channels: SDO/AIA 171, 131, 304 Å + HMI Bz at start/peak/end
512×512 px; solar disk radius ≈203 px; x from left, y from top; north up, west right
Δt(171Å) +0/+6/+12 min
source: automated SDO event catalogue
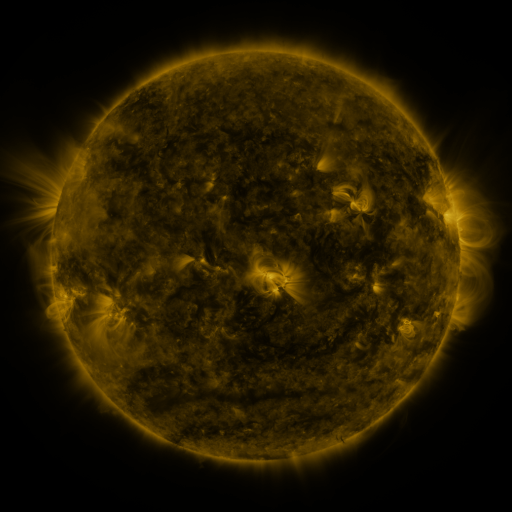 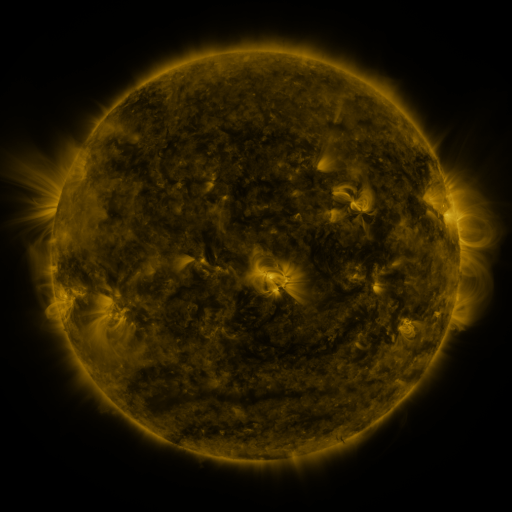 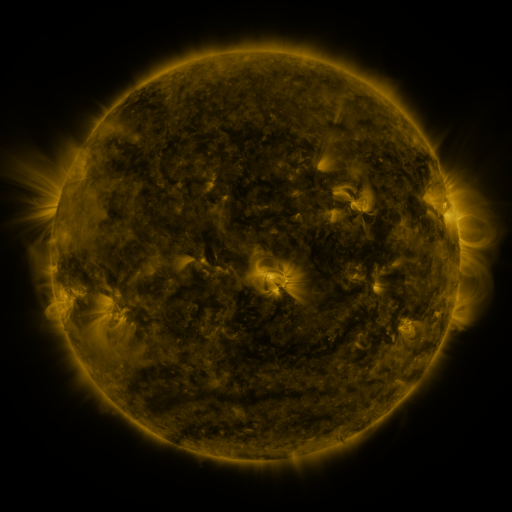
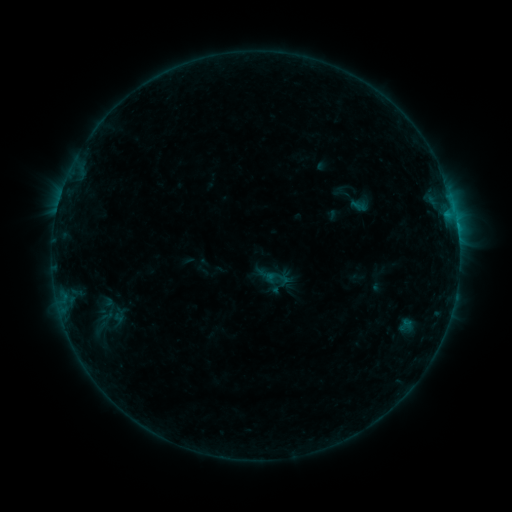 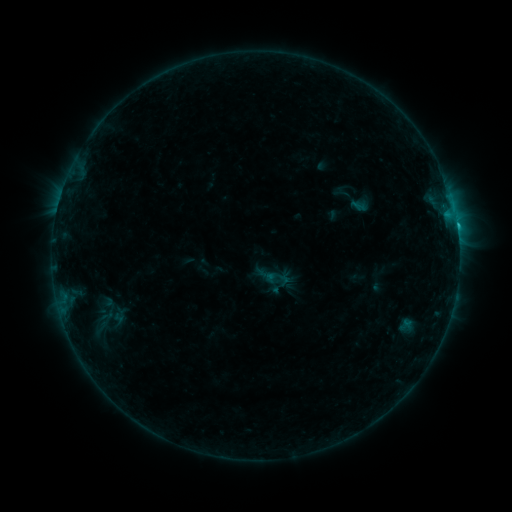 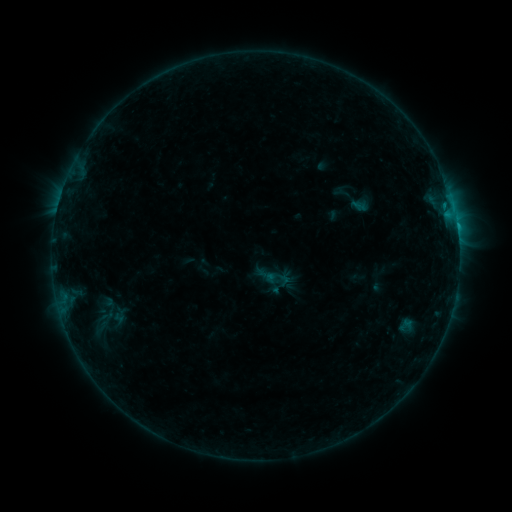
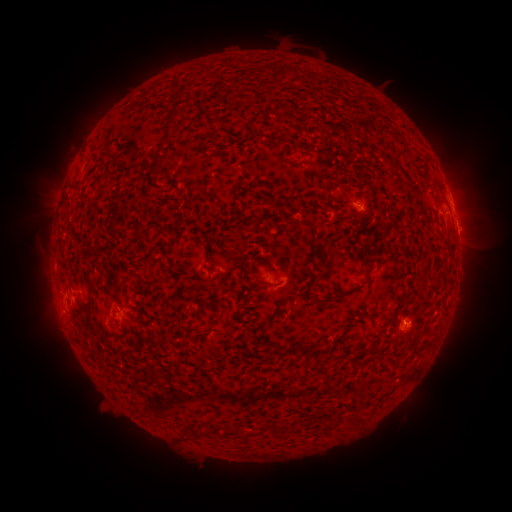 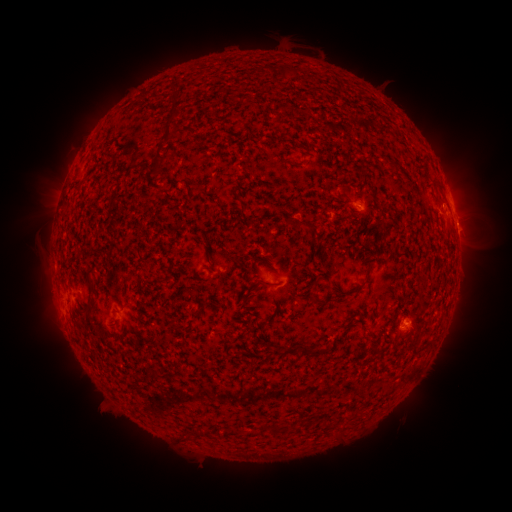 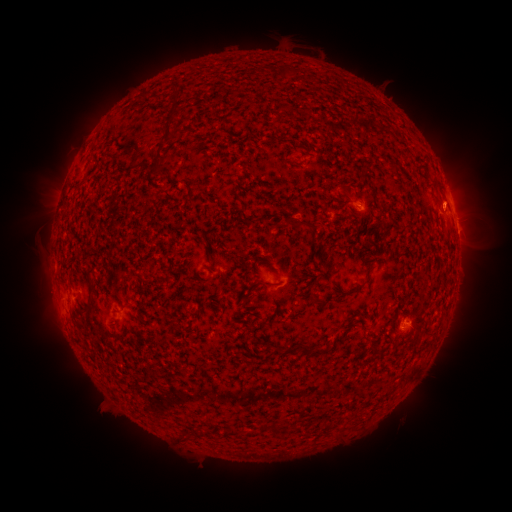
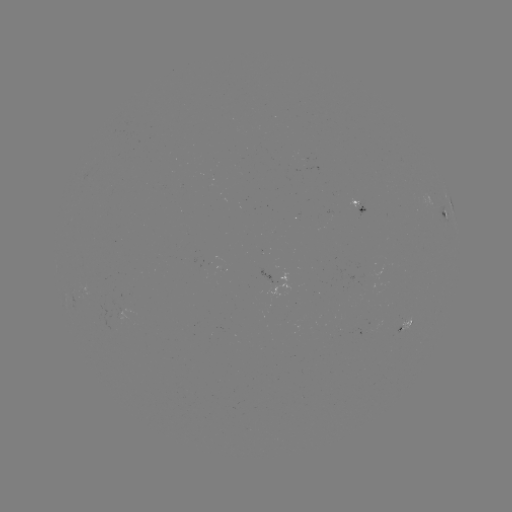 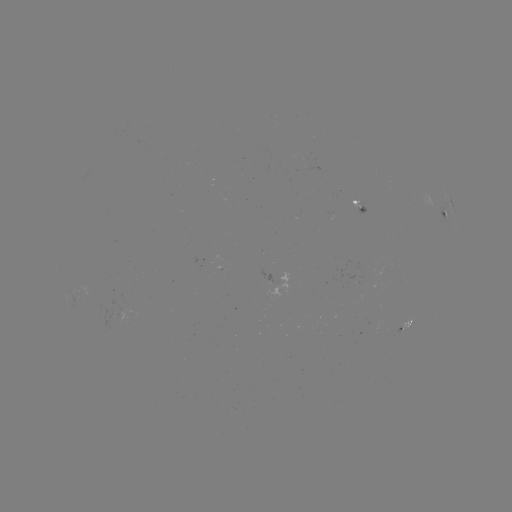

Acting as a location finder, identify B6.5 flare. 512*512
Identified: [457, 227].